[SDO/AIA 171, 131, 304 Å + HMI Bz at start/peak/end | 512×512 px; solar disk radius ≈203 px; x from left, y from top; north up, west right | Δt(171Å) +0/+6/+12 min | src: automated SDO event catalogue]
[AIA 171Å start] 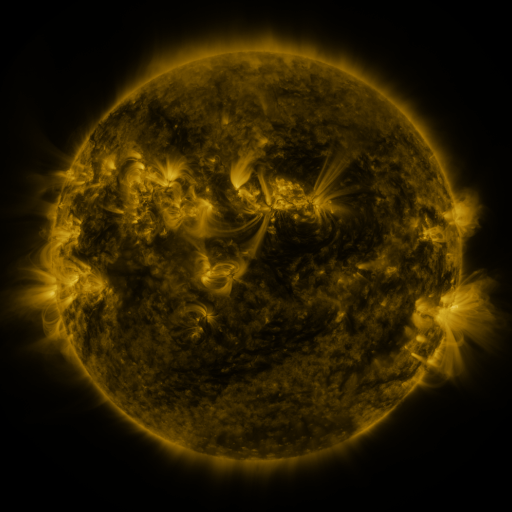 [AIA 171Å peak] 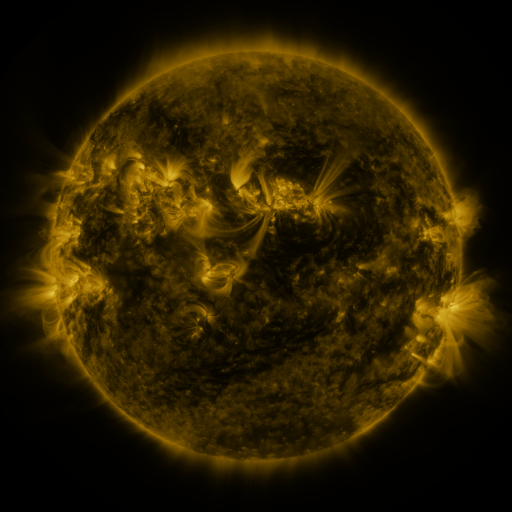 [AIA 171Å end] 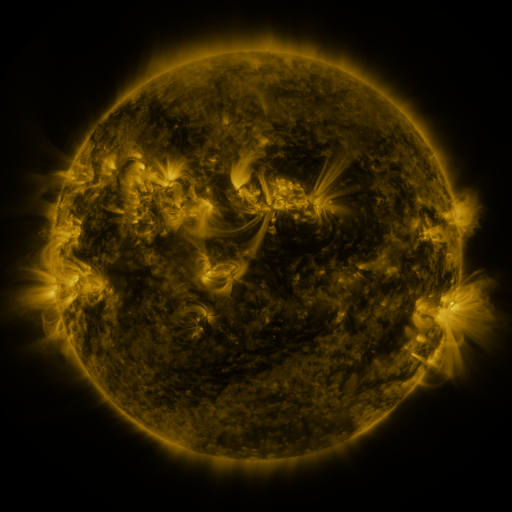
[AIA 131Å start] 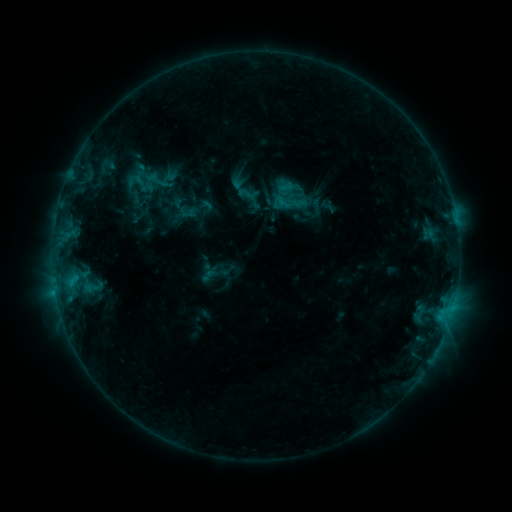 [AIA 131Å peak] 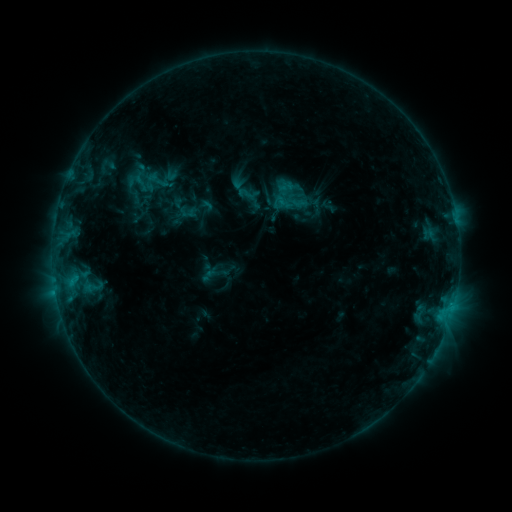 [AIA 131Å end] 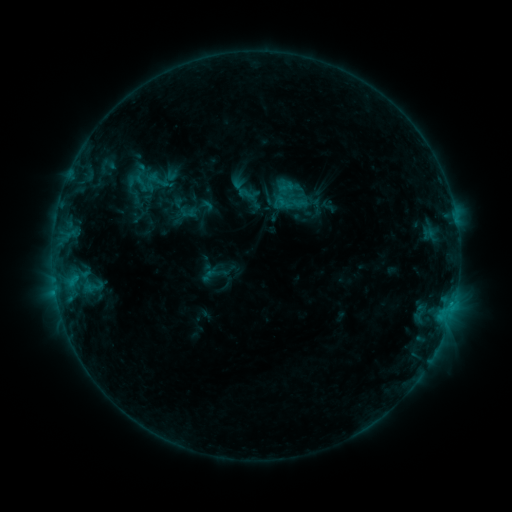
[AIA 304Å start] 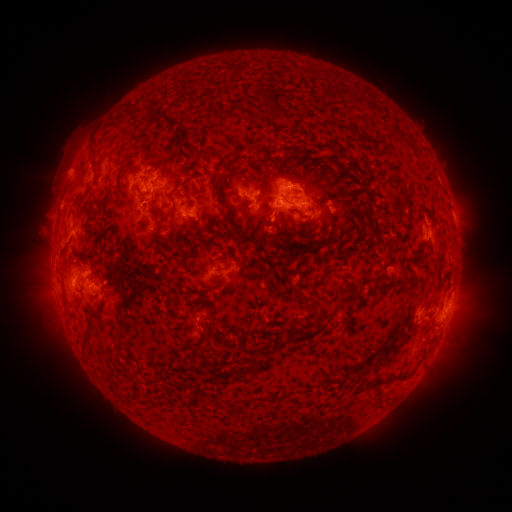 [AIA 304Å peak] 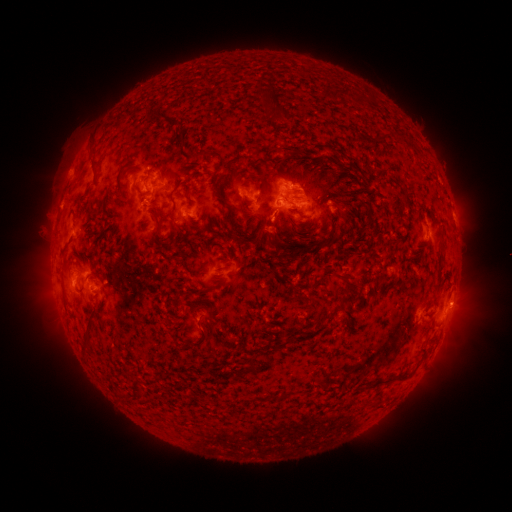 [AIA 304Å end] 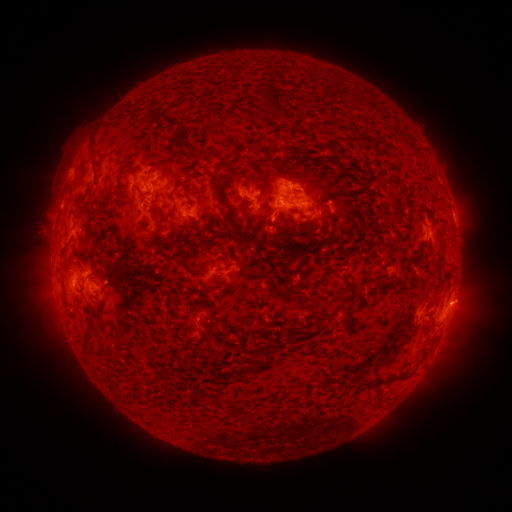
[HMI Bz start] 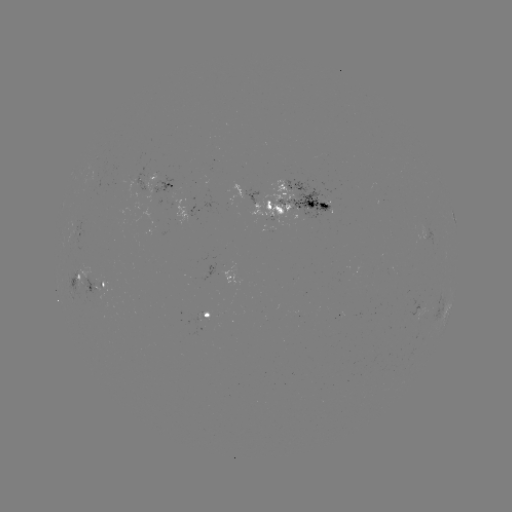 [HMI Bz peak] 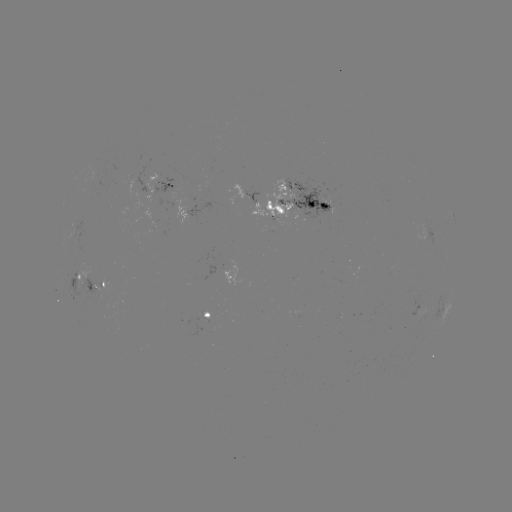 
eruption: [442, 281, 489, 328]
